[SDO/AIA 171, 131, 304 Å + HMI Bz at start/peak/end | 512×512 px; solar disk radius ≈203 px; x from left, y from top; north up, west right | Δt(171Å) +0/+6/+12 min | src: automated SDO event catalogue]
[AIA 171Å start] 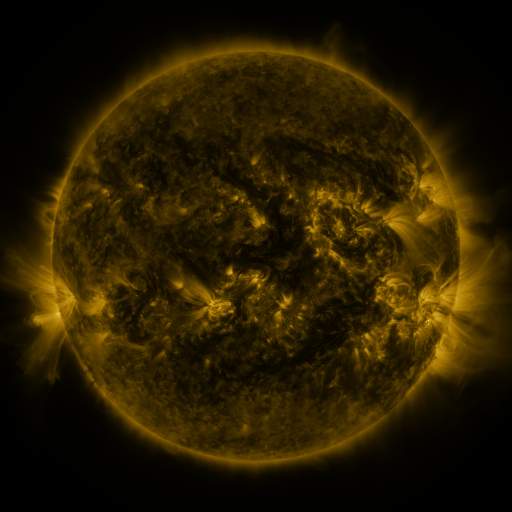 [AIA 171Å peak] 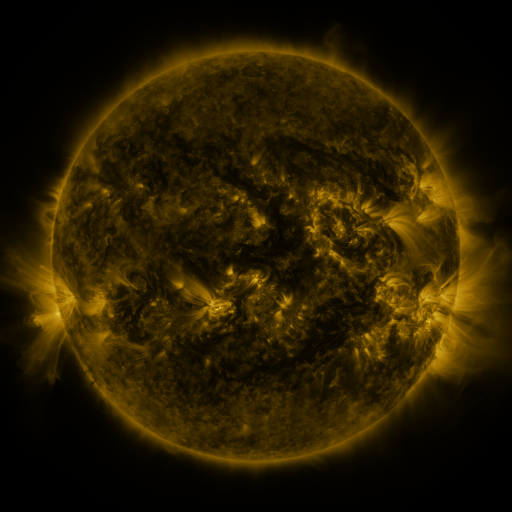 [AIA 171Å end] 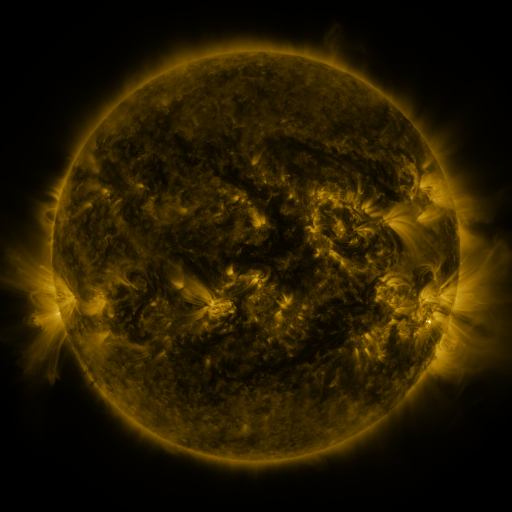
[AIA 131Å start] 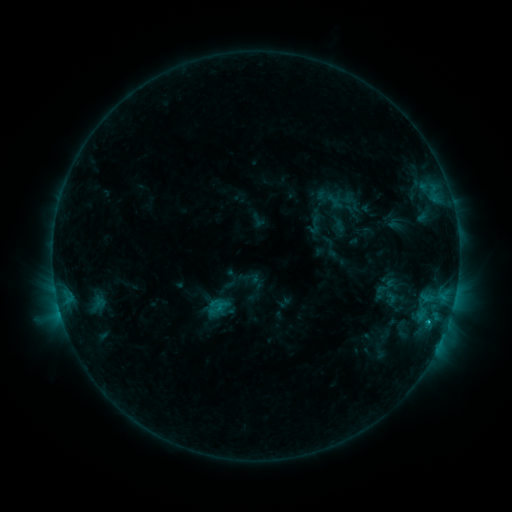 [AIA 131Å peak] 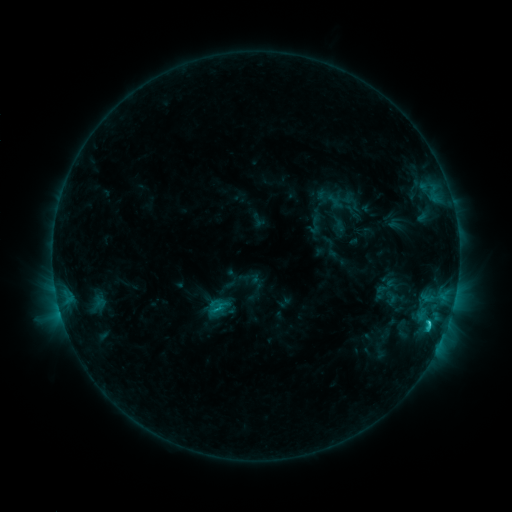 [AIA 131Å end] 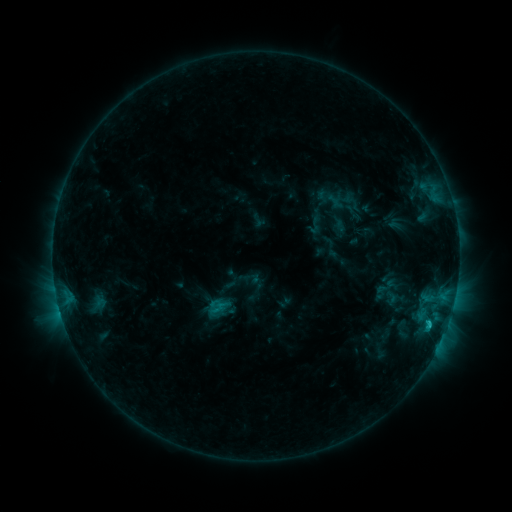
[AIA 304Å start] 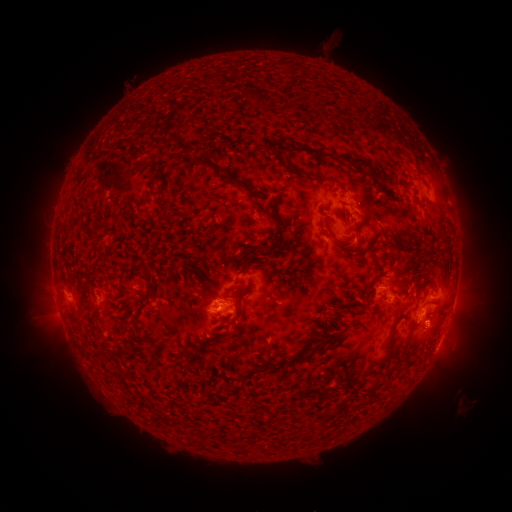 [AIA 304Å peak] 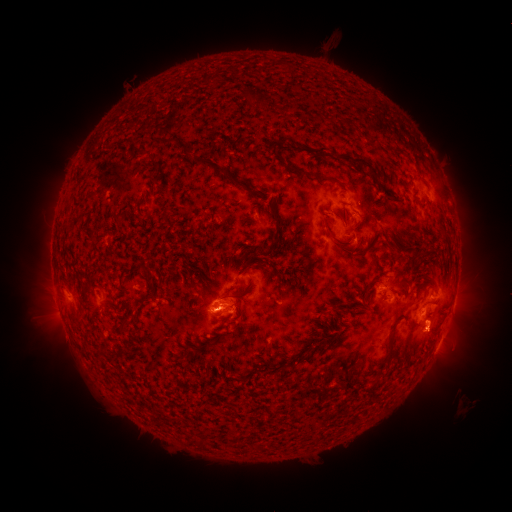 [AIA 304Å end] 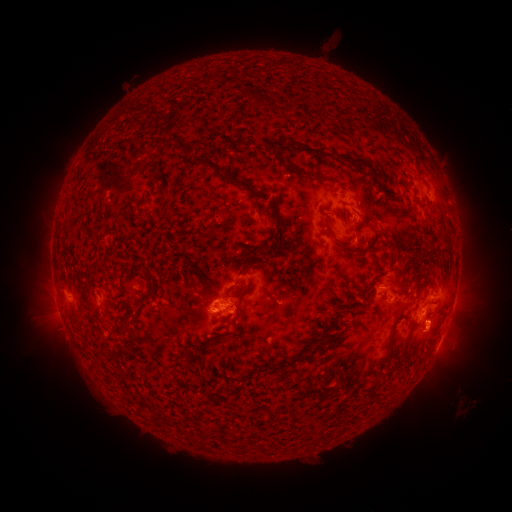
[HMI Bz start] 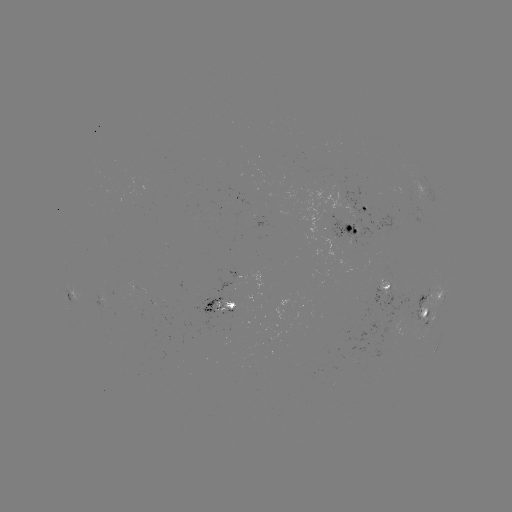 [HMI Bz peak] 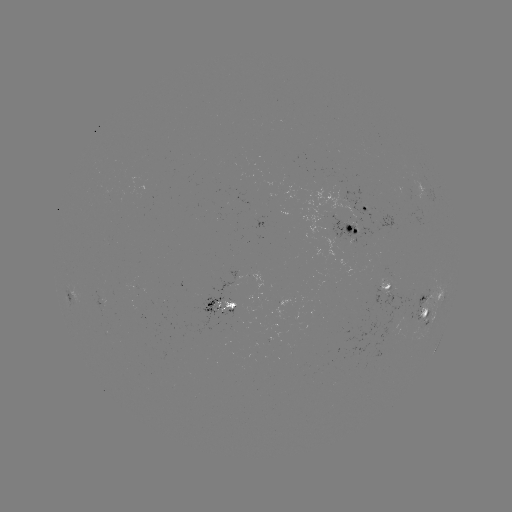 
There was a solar flare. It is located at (429, 320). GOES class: C1.9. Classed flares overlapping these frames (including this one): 1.